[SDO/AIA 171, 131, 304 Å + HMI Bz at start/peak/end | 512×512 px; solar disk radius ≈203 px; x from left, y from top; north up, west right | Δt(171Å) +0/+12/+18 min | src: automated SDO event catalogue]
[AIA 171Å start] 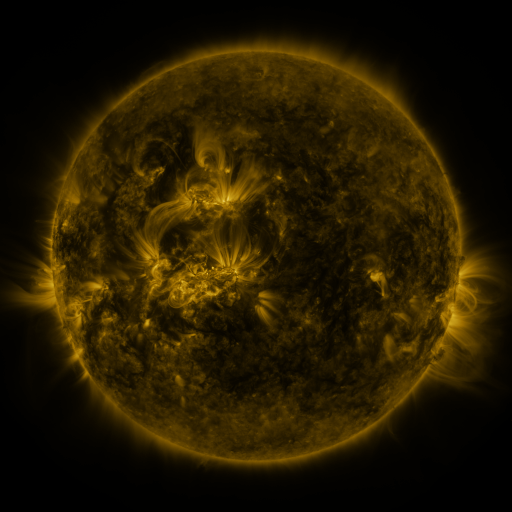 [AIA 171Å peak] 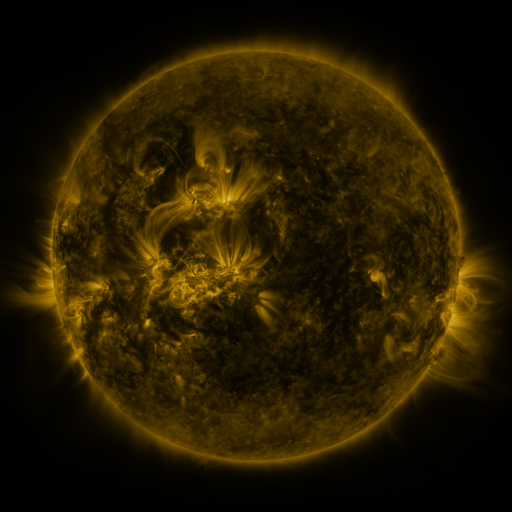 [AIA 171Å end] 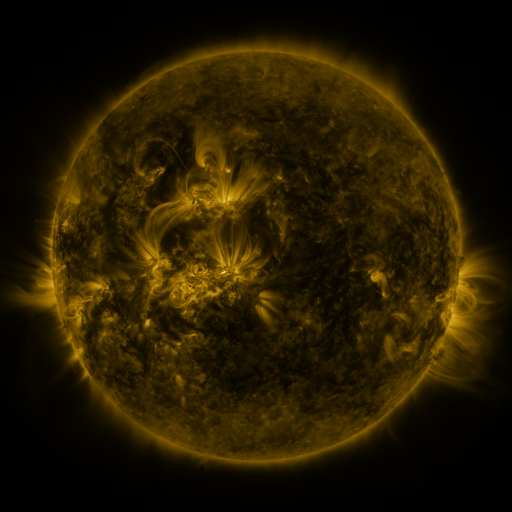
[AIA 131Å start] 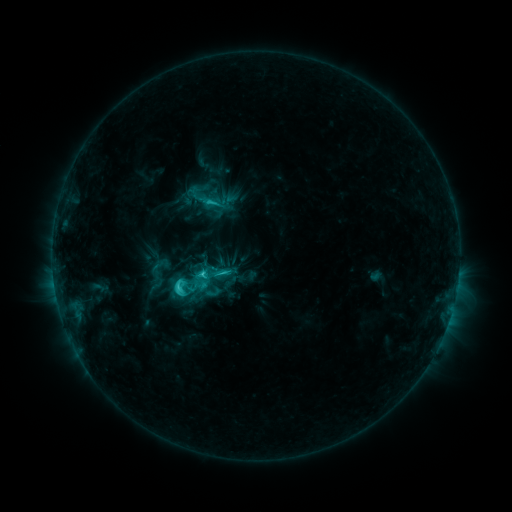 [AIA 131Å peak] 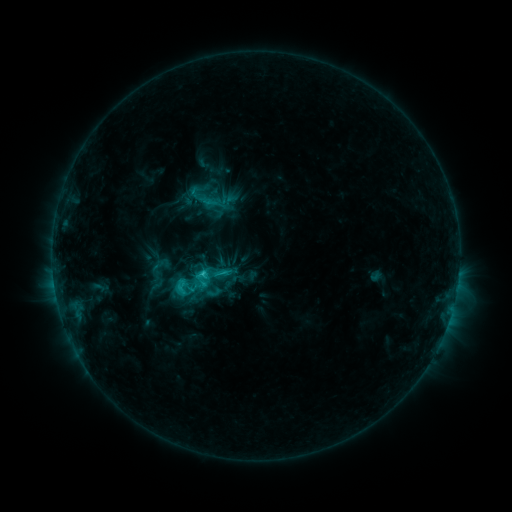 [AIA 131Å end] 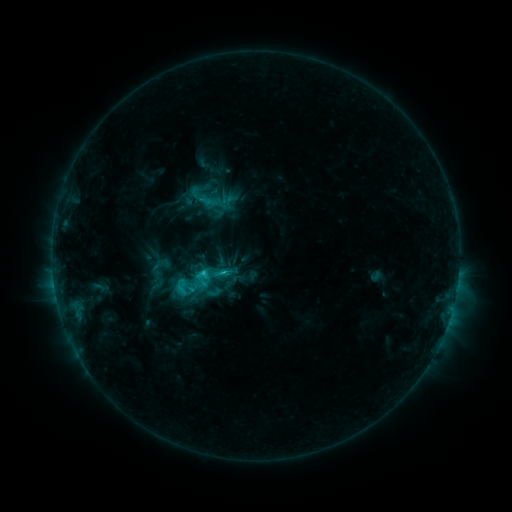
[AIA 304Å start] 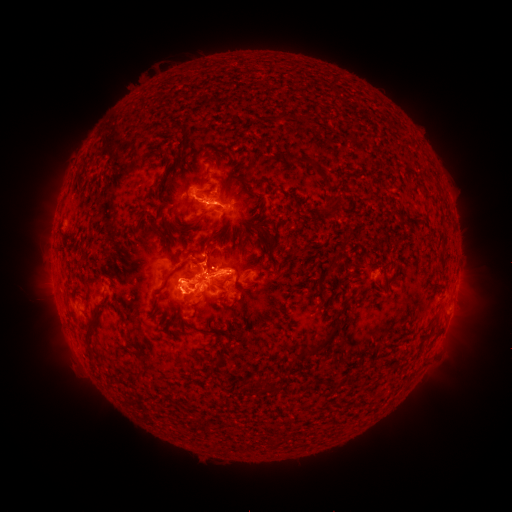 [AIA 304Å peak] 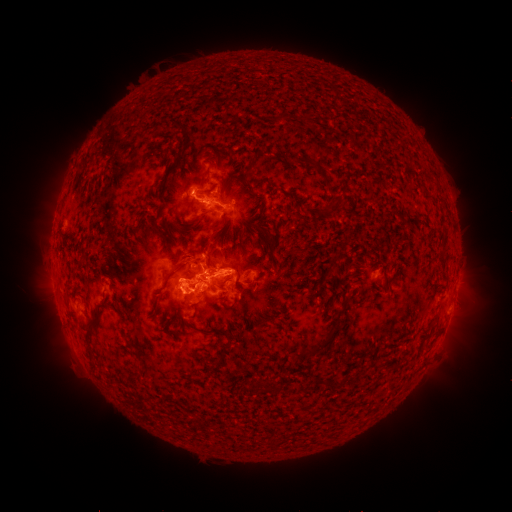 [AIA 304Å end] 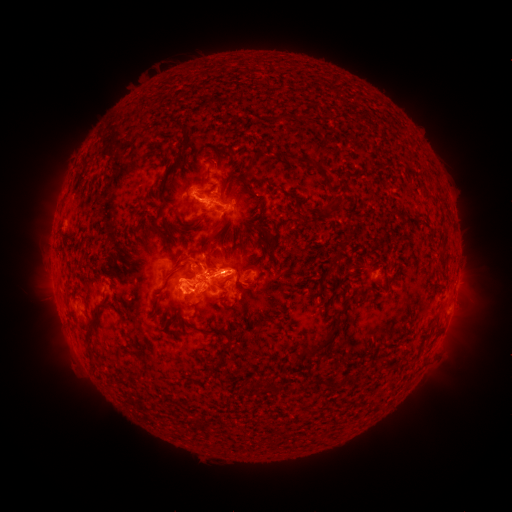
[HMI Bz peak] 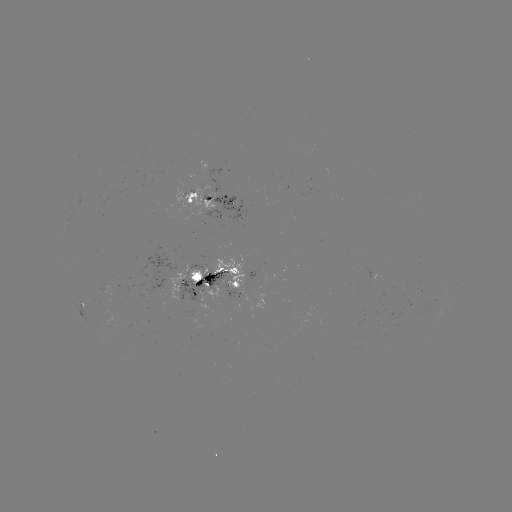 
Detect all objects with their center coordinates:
eruption: (185, 250)
